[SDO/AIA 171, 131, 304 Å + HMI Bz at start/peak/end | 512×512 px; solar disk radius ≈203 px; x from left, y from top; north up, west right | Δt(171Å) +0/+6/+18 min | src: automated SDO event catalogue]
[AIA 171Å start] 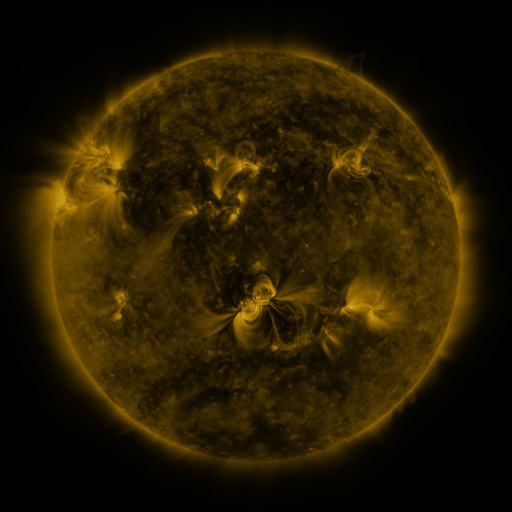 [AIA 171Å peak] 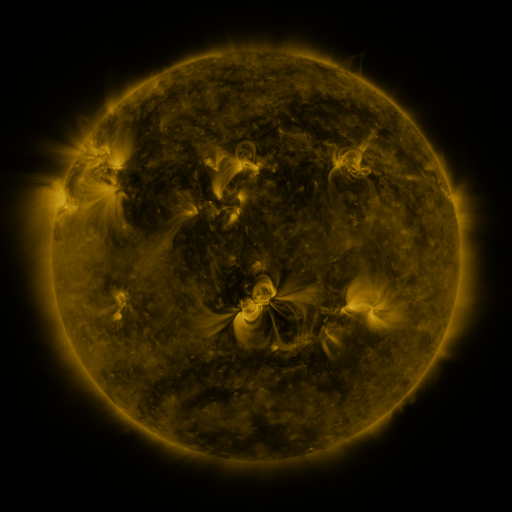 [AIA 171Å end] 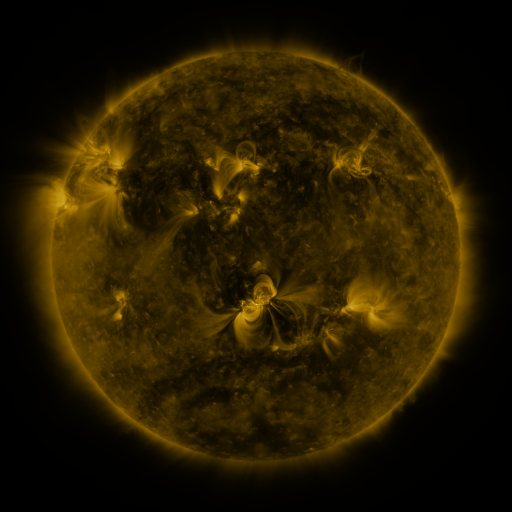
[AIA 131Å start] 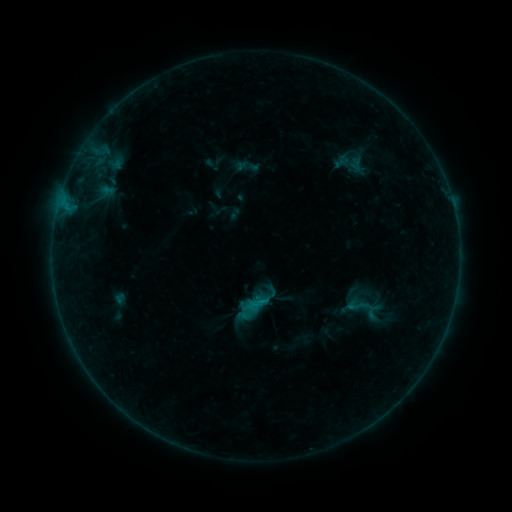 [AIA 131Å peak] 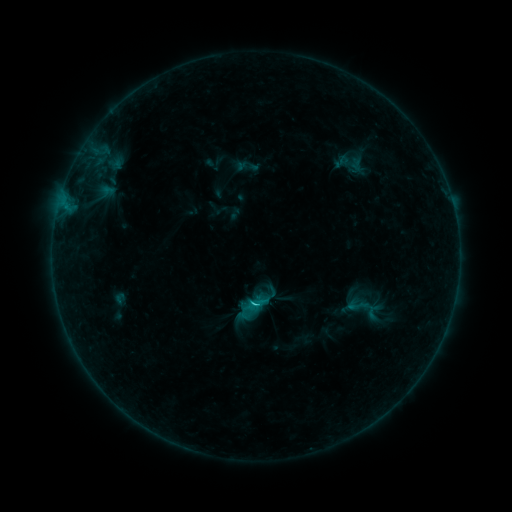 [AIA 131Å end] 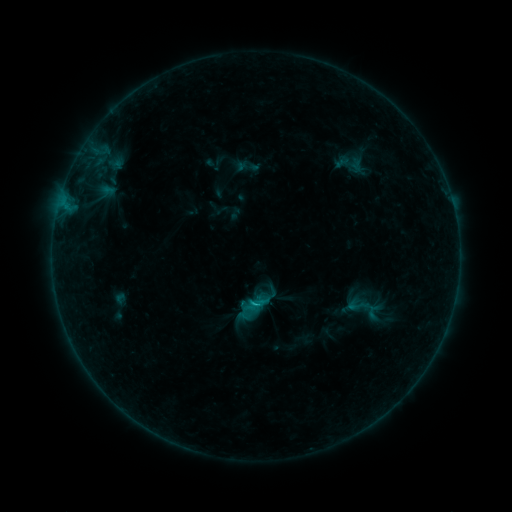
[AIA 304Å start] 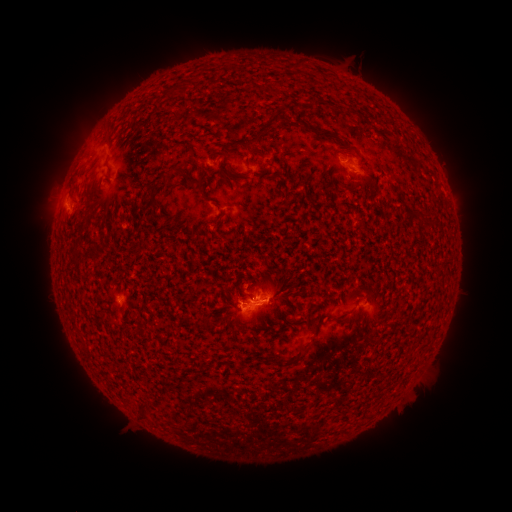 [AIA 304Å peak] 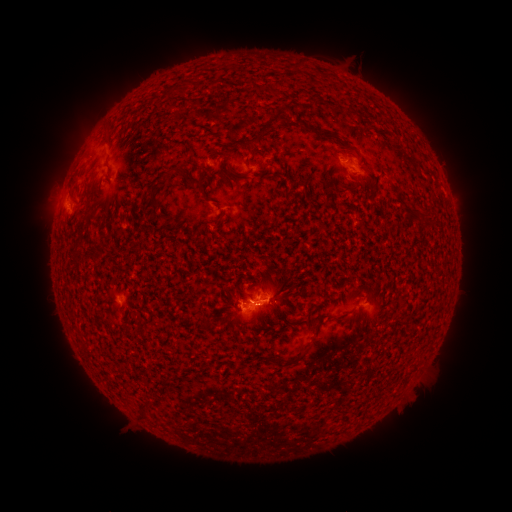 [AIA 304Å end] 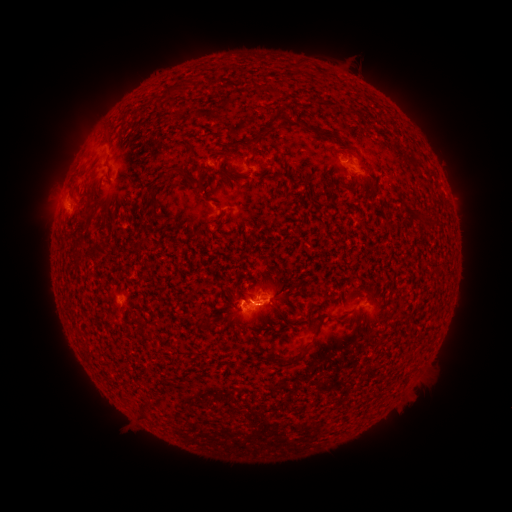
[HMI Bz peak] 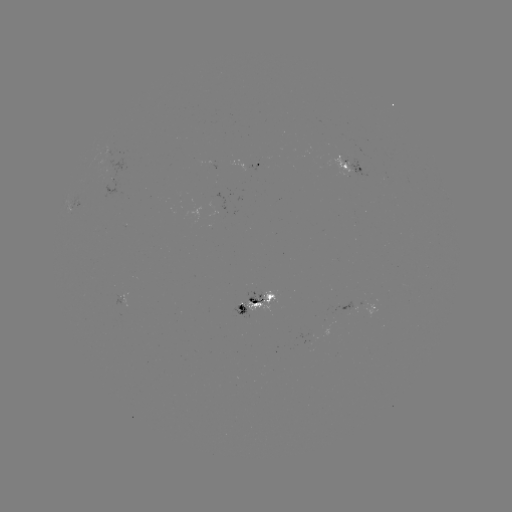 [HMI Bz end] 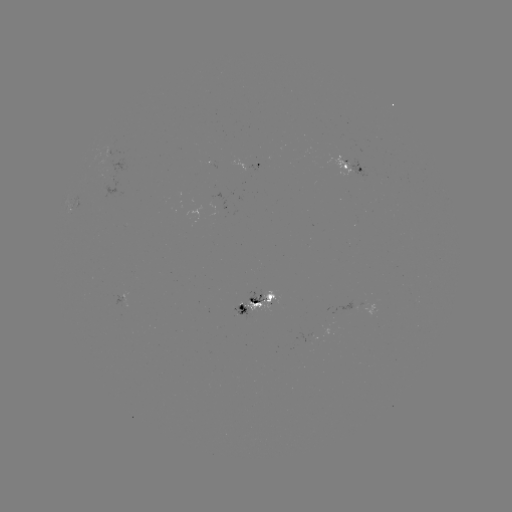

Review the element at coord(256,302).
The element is B9.3 flare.